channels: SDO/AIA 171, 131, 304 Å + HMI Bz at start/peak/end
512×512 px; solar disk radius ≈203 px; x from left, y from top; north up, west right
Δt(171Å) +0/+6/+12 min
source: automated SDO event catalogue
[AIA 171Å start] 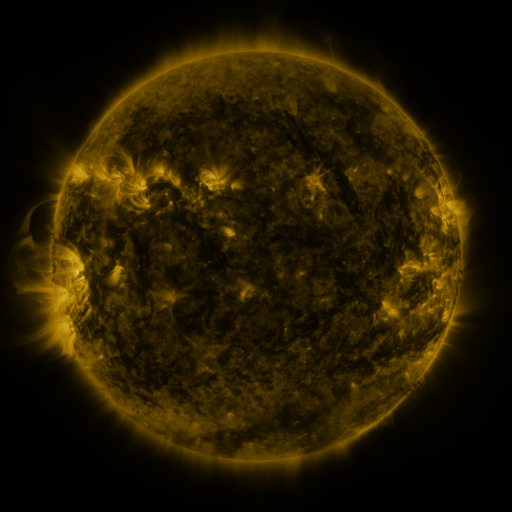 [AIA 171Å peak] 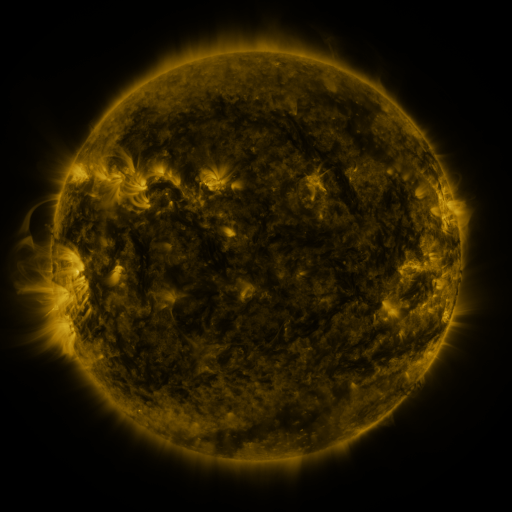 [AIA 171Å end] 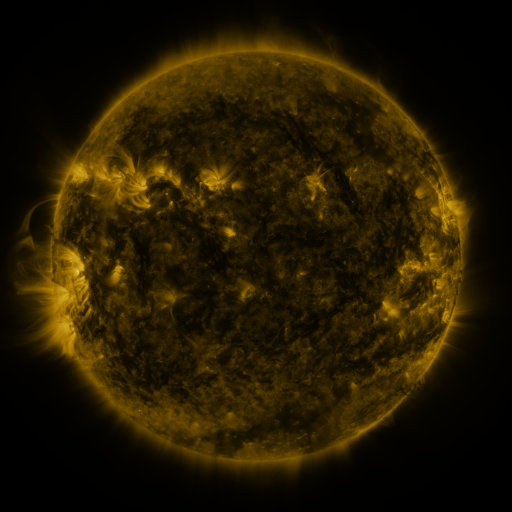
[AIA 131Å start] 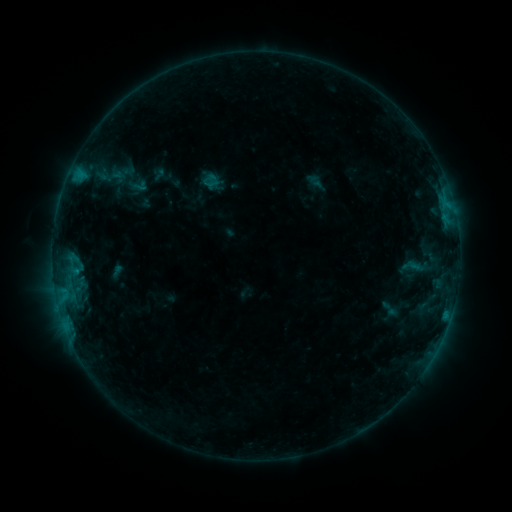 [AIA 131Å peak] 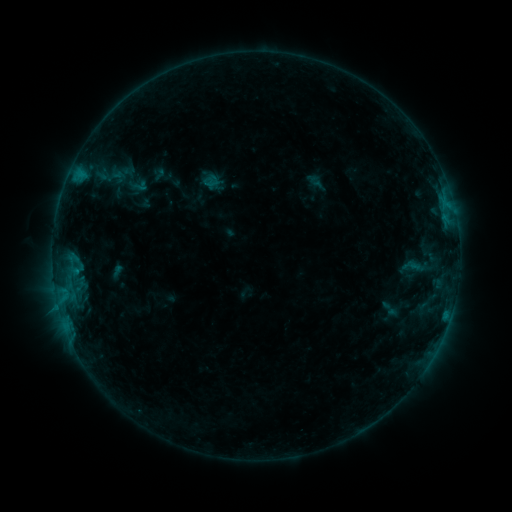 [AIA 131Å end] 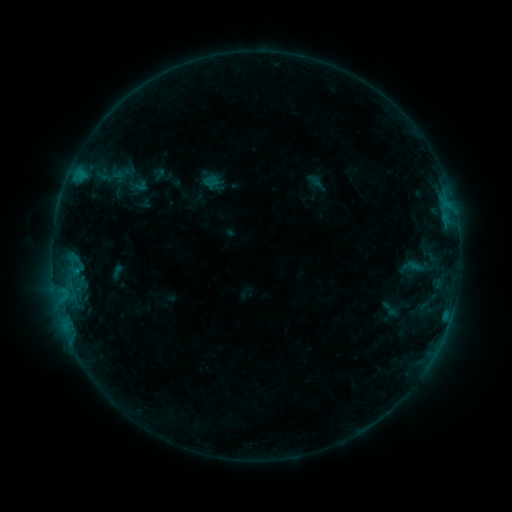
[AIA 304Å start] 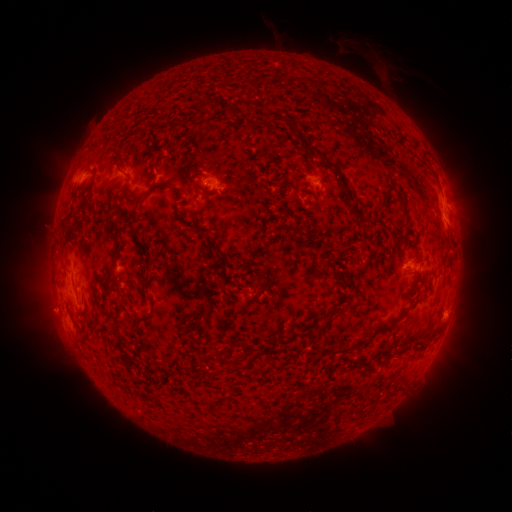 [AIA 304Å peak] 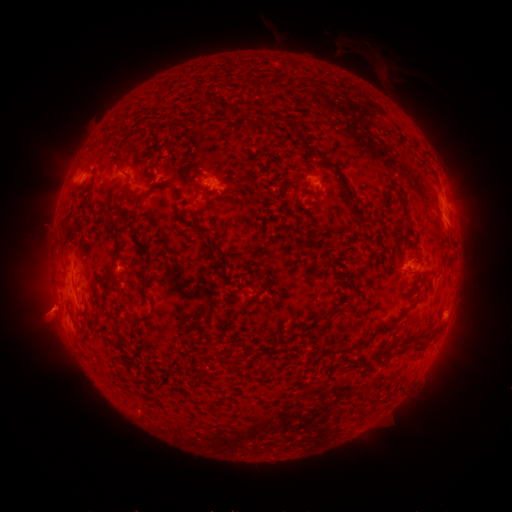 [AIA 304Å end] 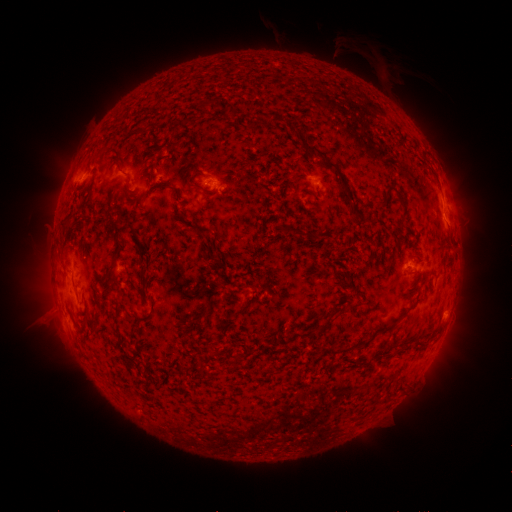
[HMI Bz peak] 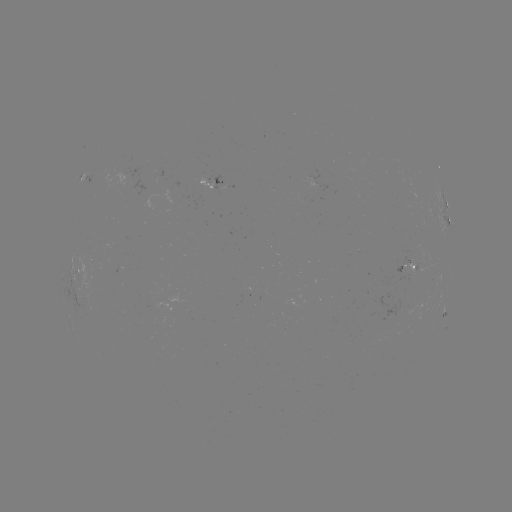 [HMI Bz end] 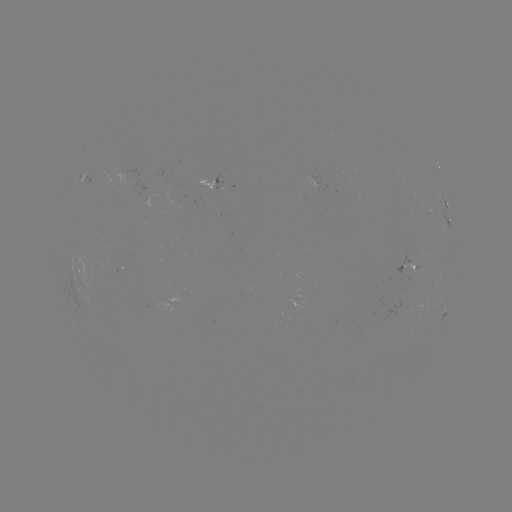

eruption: (23, 283, 75, 339)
